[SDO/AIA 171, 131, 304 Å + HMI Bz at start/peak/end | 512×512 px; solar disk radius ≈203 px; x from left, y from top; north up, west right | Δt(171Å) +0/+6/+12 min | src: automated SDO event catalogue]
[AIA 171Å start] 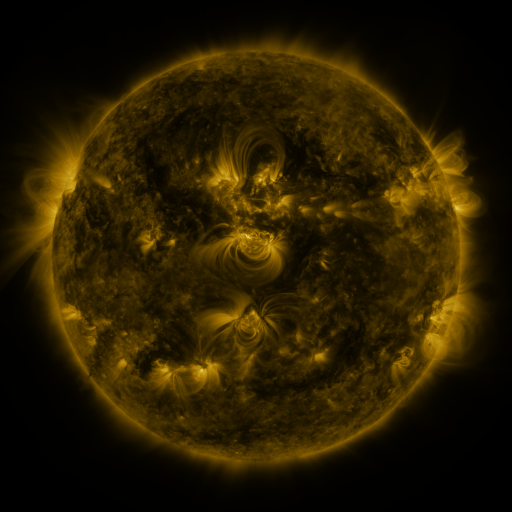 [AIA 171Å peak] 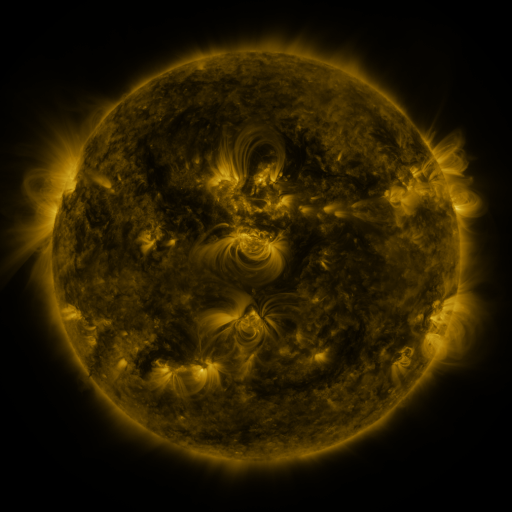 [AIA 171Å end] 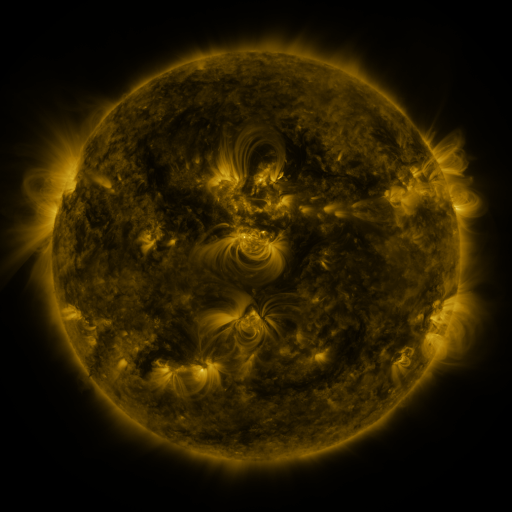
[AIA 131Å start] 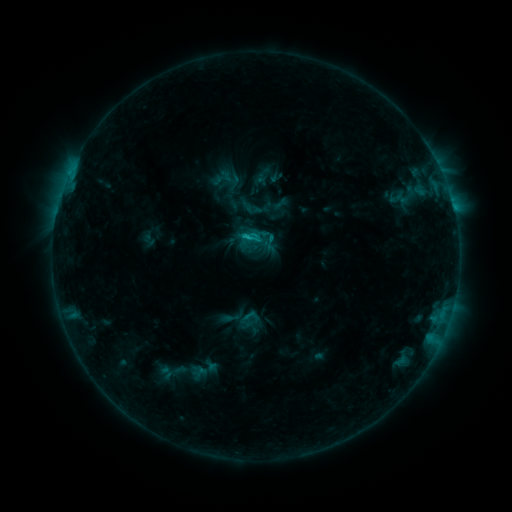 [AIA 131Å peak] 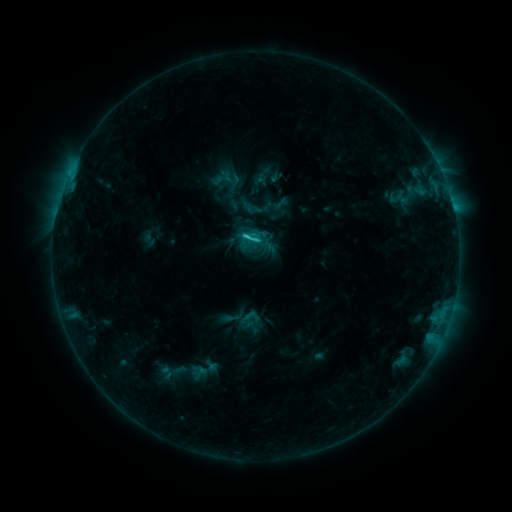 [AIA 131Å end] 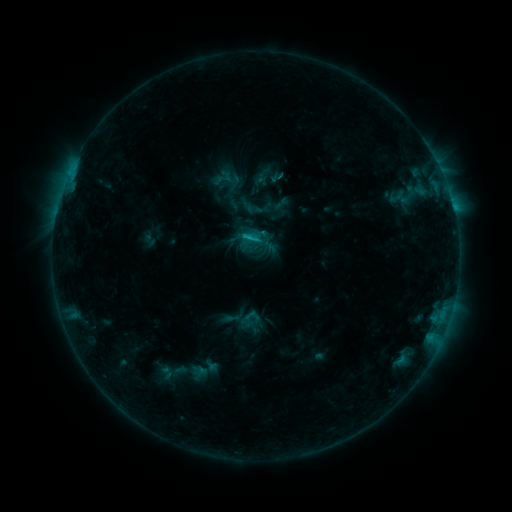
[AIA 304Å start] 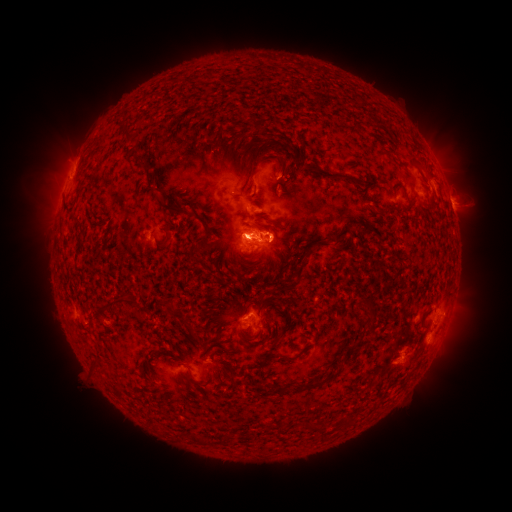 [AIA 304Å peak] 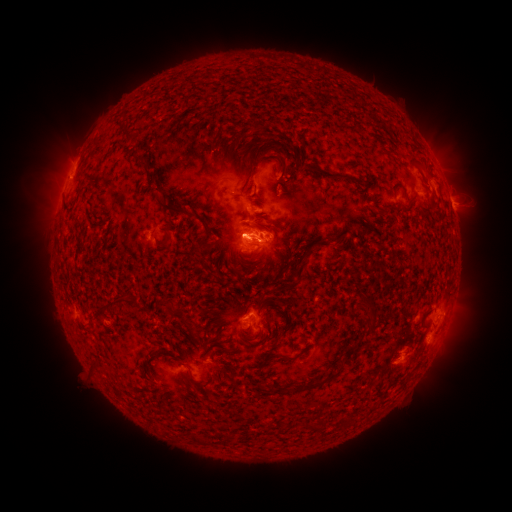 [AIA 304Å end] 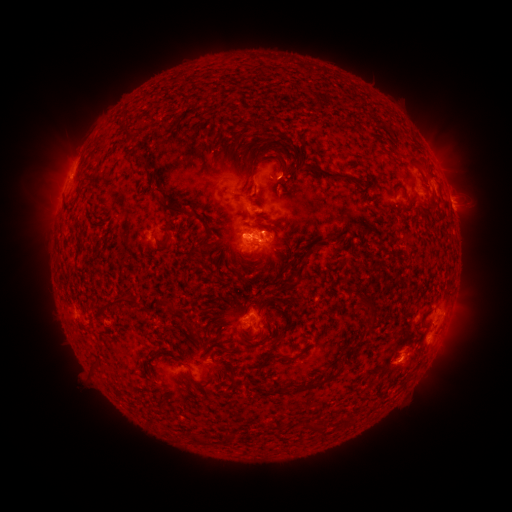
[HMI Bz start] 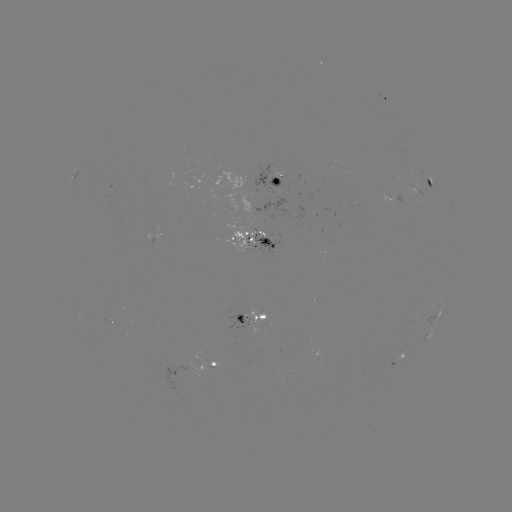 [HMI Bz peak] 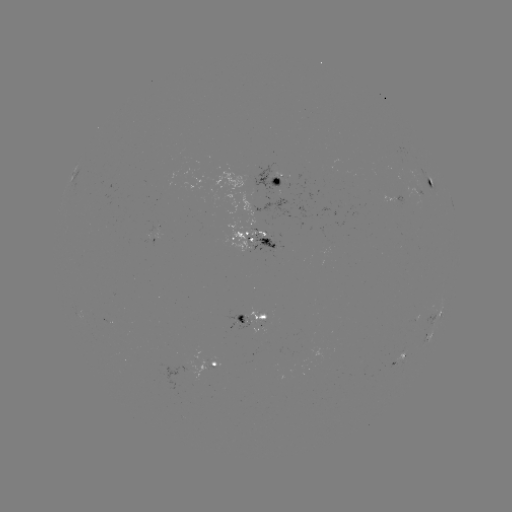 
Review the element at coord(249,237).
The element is C1.9 flare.